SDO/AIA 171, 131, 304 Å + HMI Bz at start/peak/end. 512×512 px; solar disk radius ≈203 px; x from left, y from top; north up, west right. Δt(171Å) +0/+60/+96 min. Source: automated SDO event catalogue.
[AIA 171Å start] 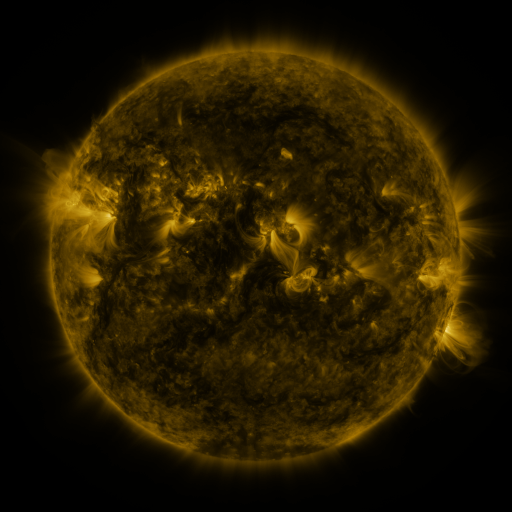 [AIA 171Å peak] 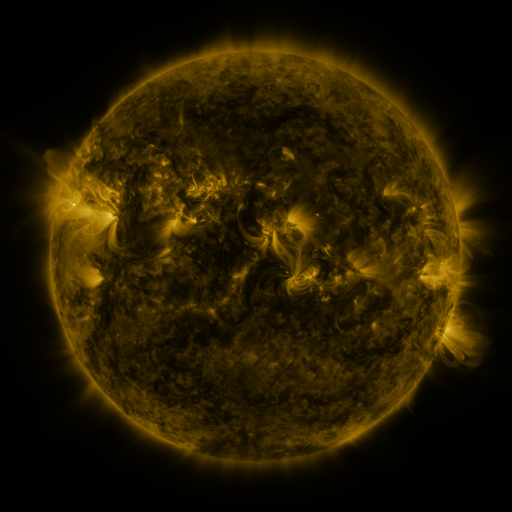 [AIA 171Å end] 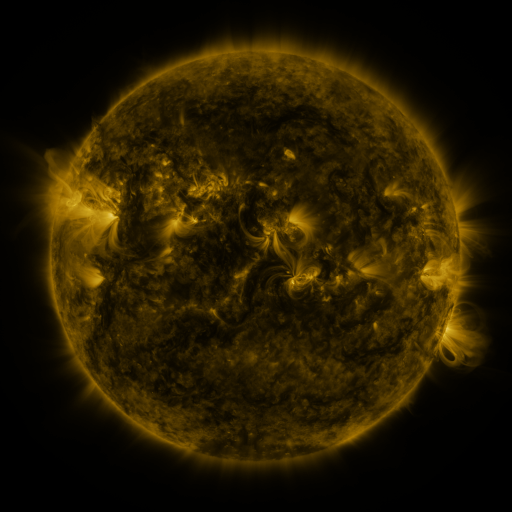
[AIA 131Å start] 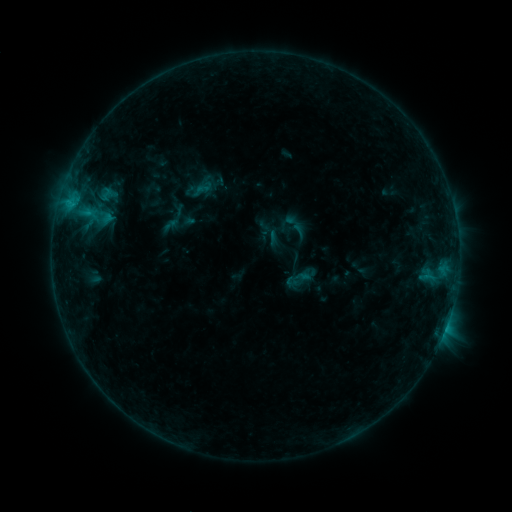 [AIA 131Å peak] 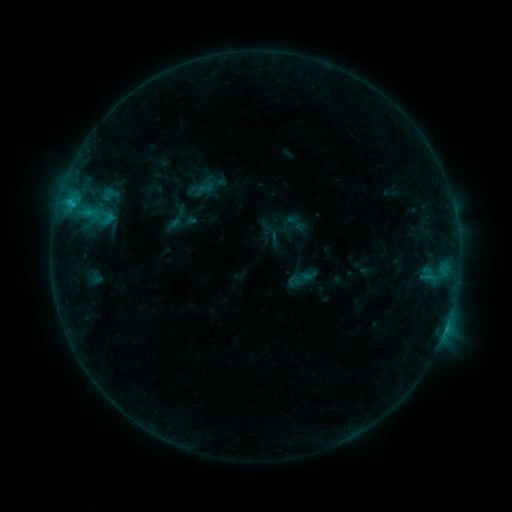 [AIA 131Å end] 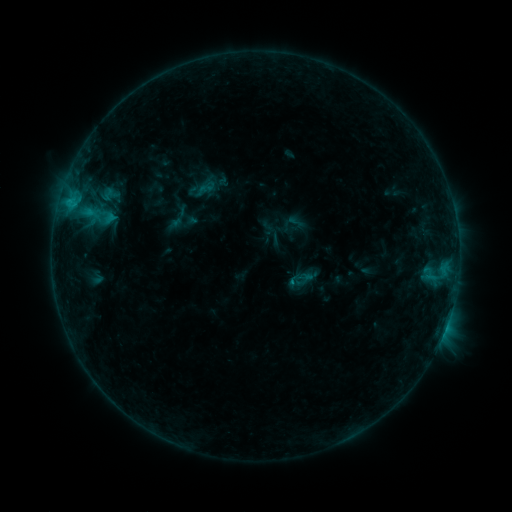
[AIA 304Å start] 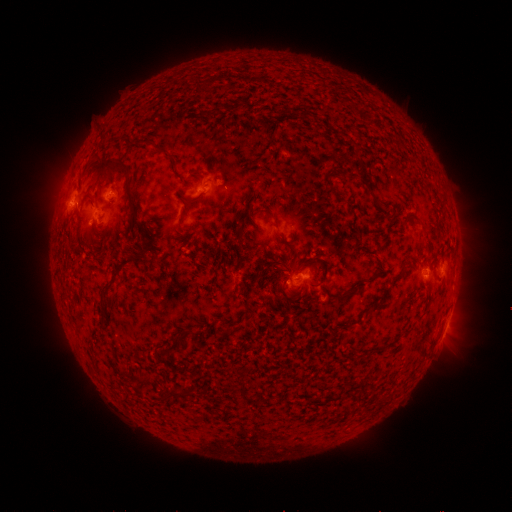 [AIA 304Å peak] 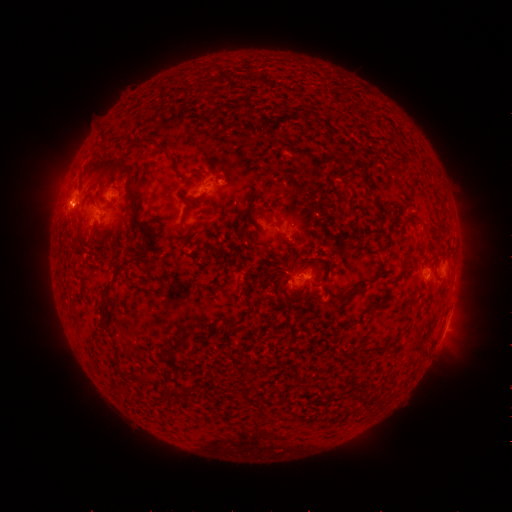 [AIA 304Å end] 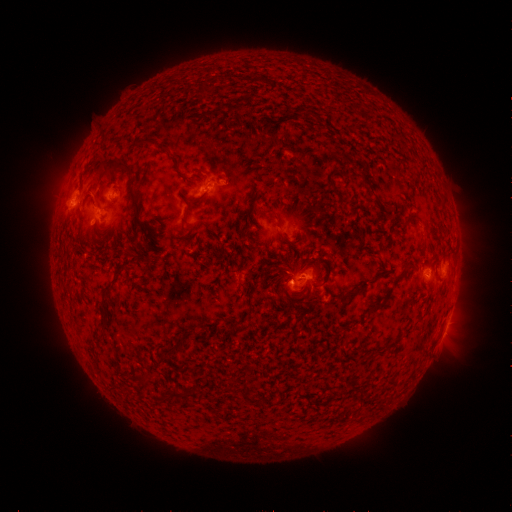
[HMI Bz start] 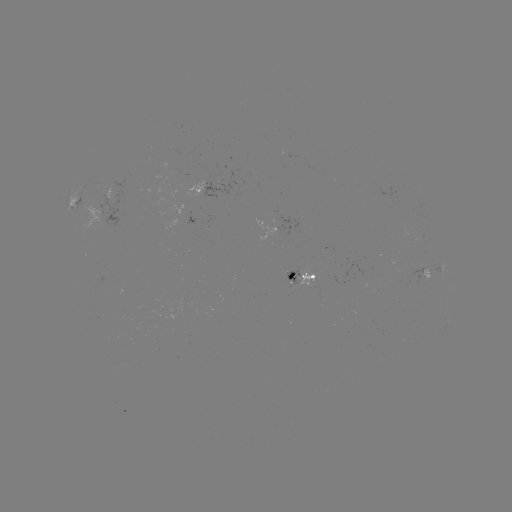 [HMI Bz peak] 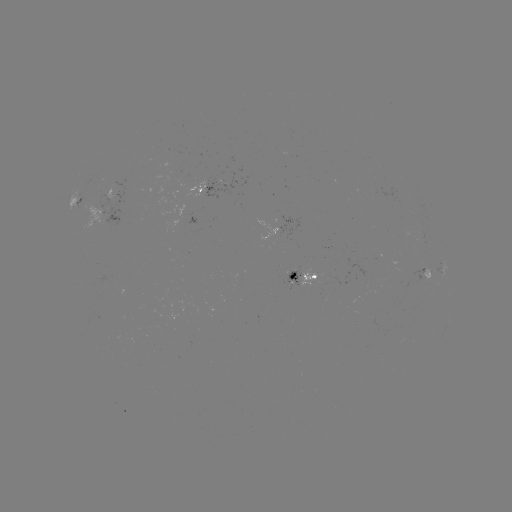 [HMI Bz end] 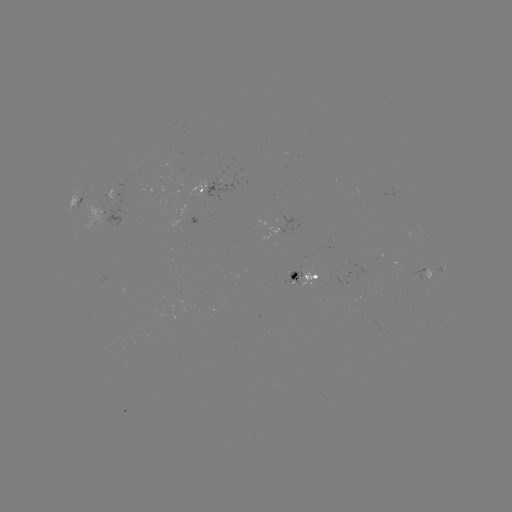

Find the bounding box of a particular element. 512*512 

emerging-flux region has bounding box [204, 175, 234, 202].